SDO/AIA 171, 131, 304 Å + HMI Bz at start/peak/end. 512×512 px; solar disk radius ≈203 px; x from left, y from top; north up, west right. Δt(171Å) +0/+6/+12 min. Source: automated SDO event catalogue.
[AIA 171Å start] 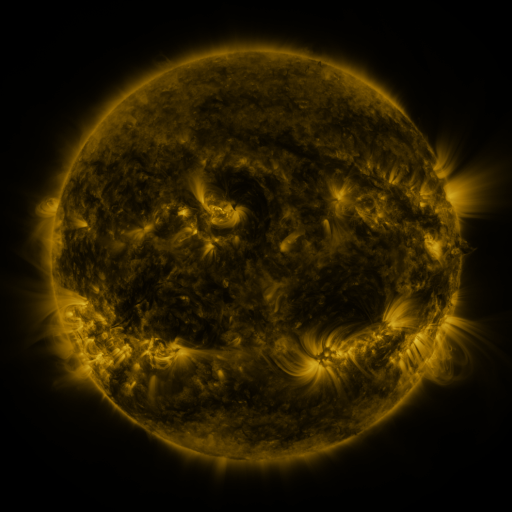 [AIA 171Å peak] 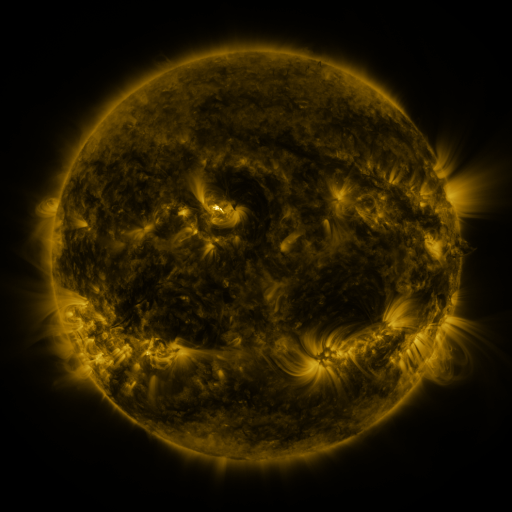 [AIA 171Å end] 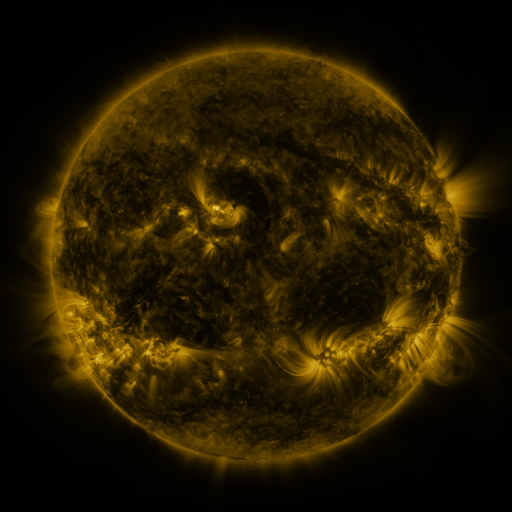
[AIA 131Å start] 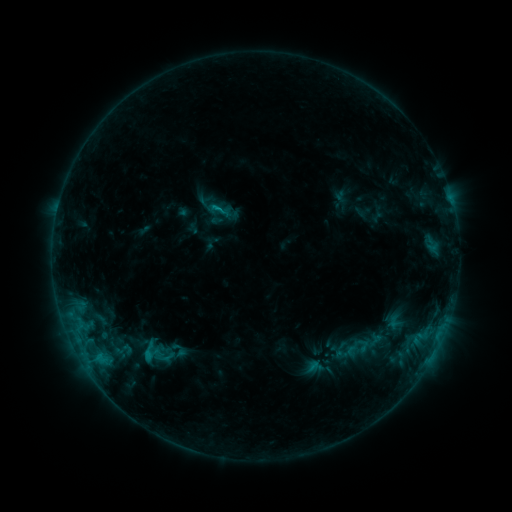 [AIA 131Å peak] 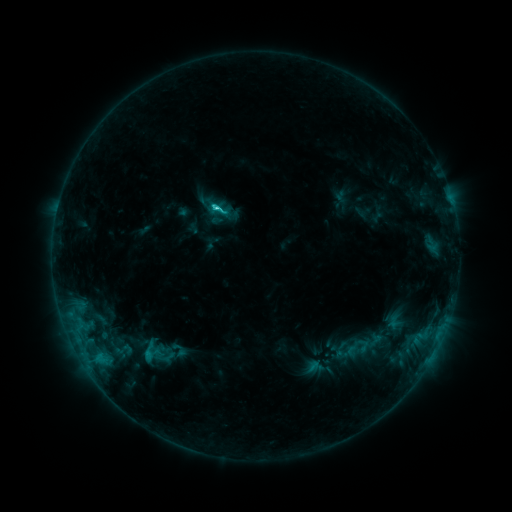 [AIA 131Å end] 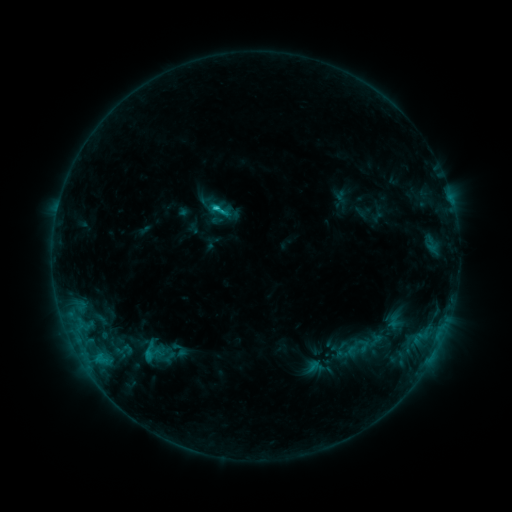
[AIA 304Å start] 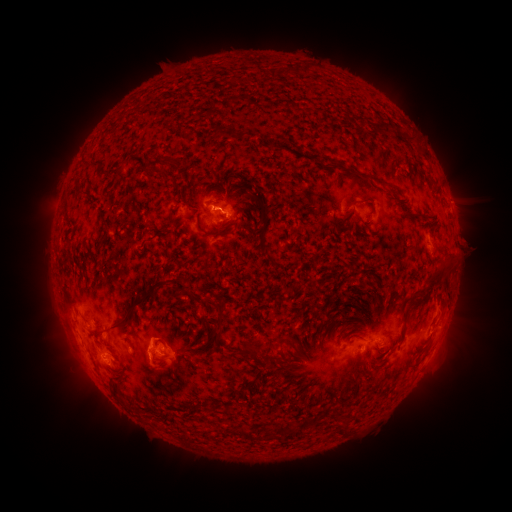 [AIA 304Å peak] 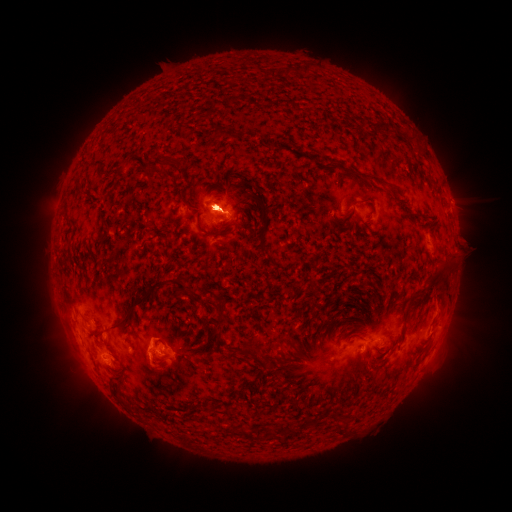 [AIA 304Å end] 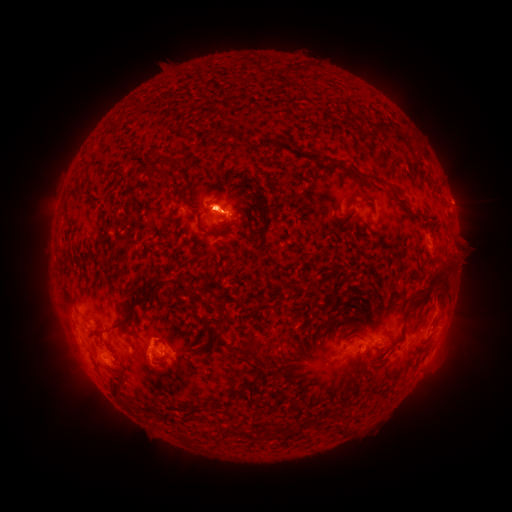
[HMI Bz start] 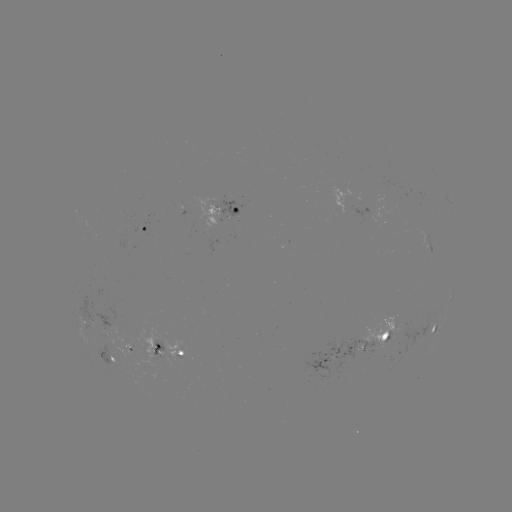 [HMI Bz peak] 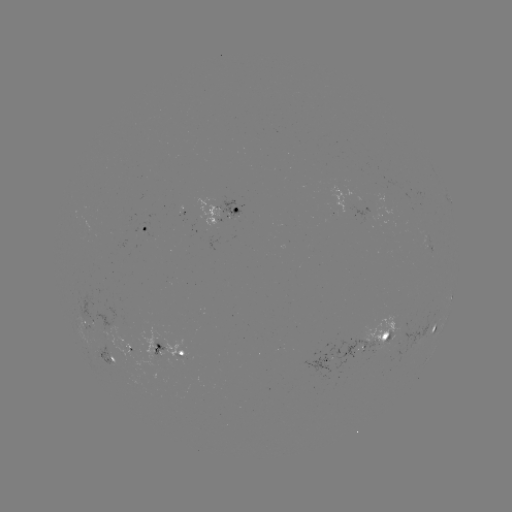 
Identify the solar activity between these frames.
eruption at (456, 342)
